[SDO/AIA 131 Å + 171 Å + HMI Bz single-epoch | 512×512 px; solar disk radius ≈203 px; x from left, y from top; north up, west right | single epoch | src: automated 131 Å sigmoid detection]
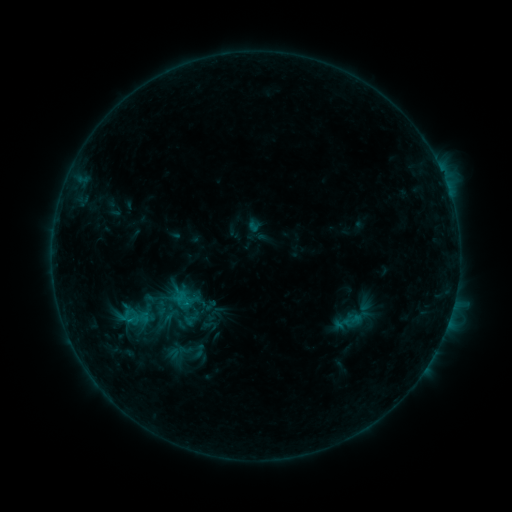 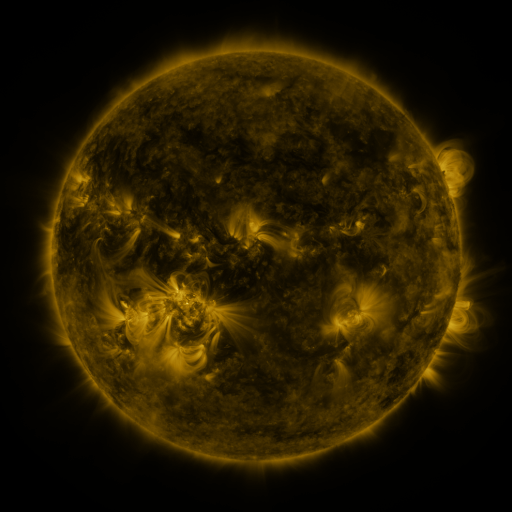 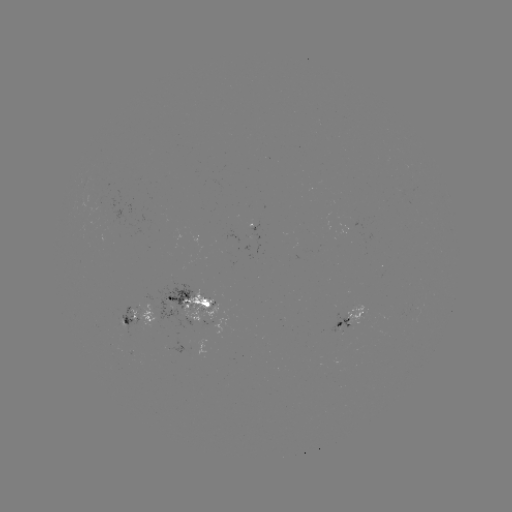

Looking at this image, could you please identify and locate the sigmoid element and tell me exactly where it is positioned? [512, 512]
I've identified sigmoid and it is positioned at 198,351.